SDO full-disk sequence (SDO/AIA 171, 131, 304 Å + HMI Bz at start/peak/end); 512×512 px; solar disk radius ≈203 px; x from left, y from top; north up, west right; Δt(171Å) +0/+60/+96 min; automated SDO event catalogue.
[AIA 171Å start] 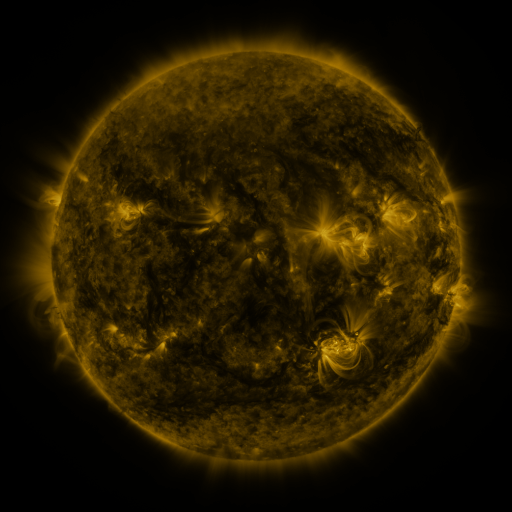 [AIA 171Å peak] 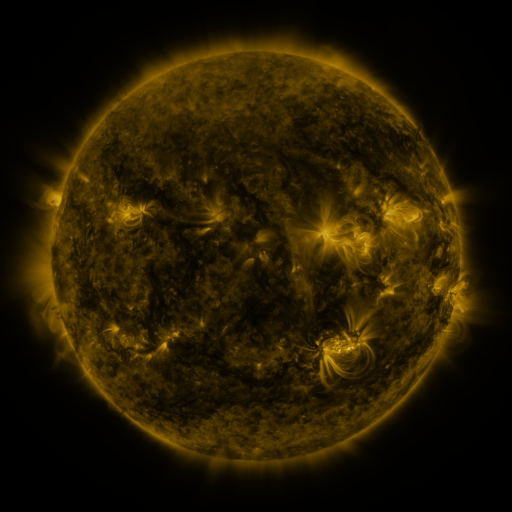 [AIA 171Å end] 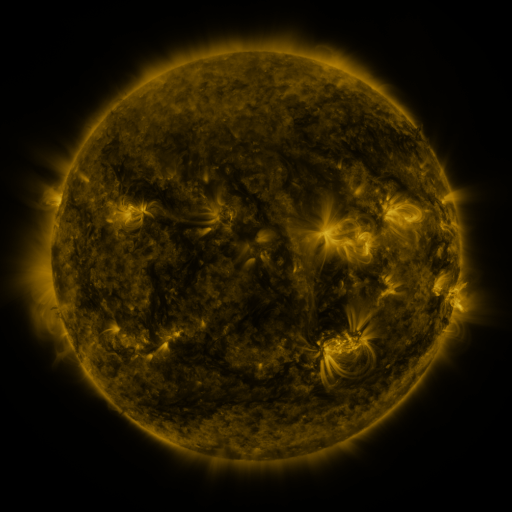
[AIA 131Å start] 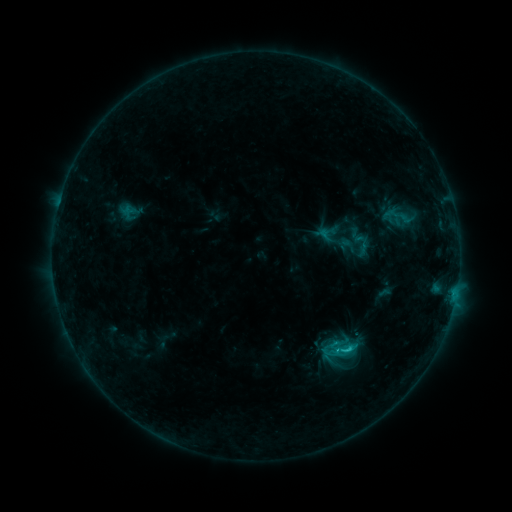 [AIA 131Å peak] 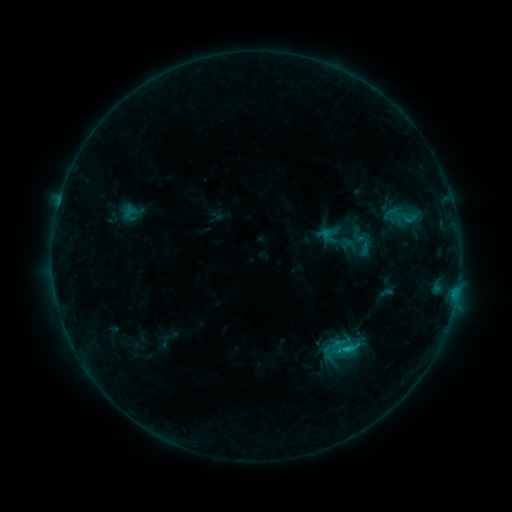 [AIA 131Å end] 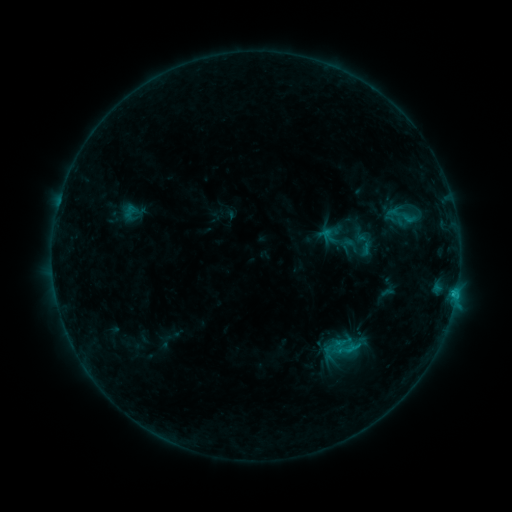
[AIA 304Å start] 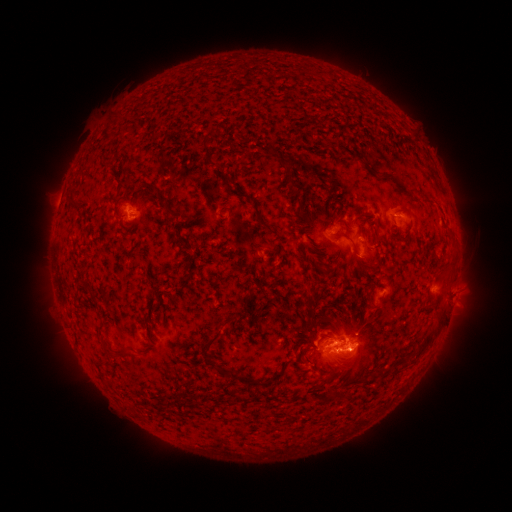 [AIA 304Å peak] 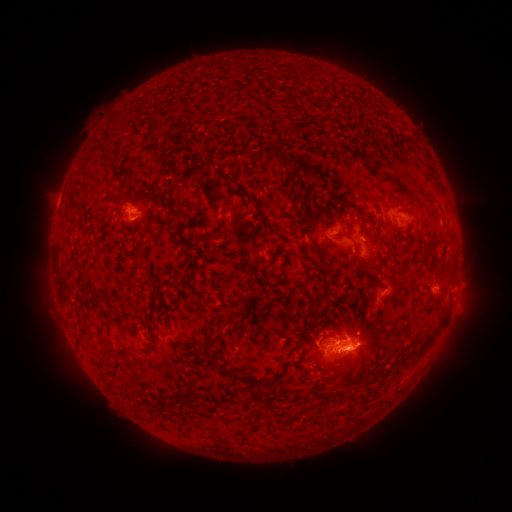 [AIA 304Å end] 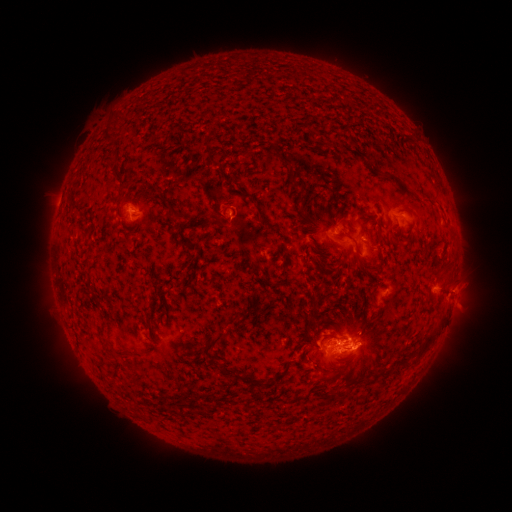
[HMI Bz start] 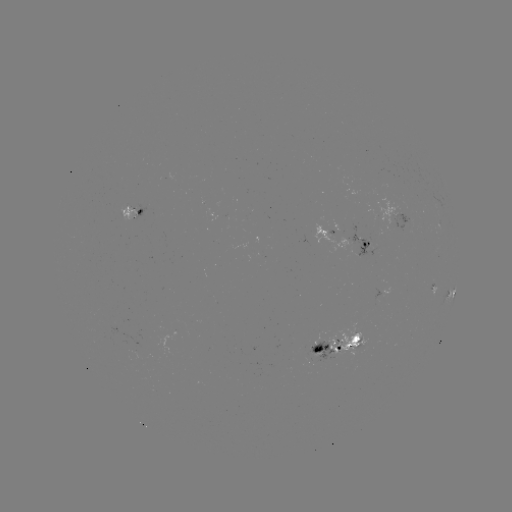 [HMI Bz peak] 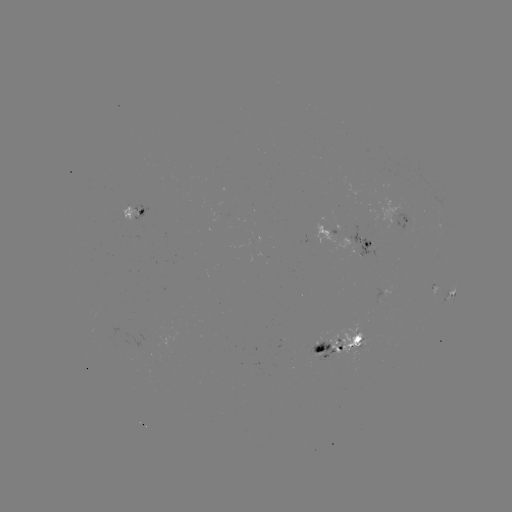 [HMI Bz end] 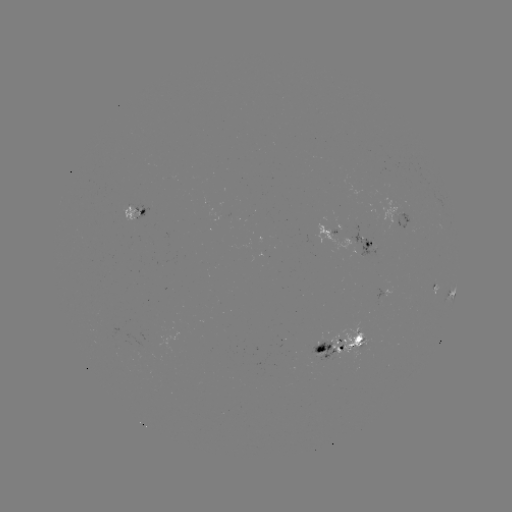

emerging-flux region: [309, 343, 335, 363]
